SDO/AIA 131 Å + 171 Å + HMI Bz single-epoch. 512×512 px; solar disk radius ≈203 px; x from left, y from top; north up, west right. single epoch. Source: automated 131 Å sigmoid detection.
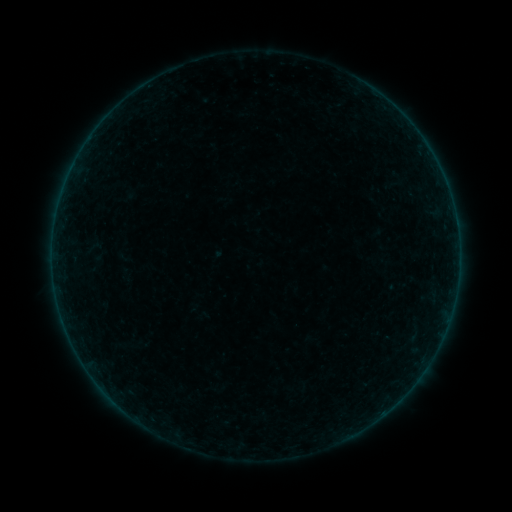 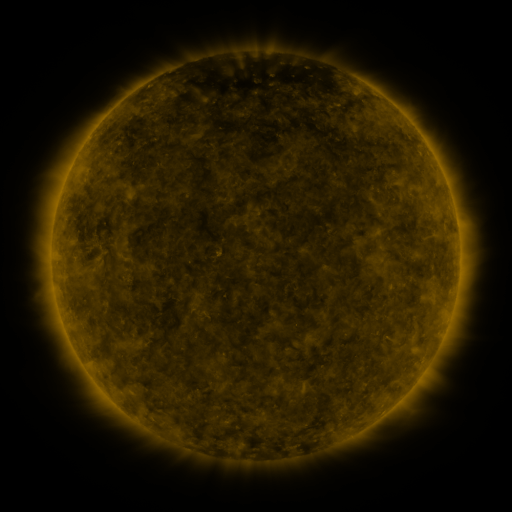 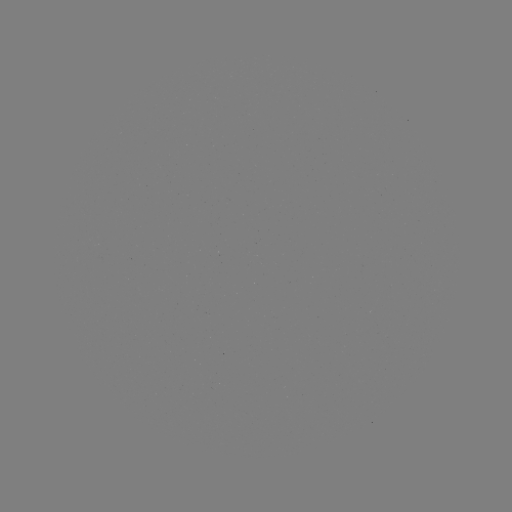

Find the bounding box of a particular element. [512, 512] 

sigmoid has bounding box [83, 235, 103, 262].